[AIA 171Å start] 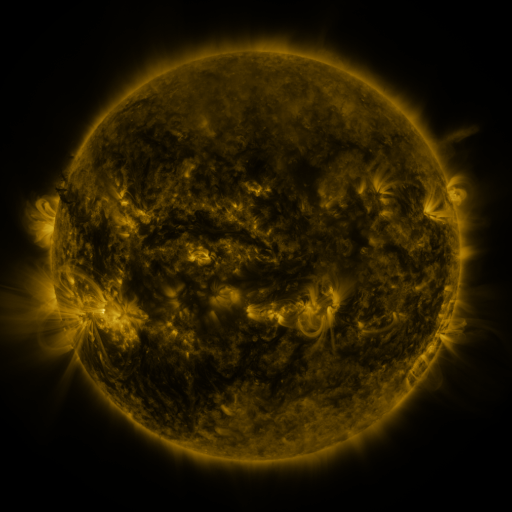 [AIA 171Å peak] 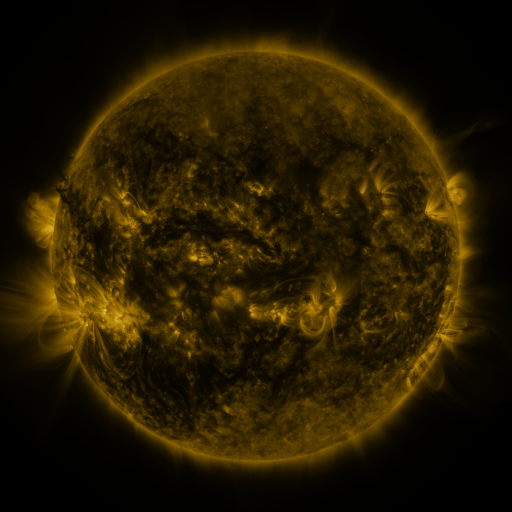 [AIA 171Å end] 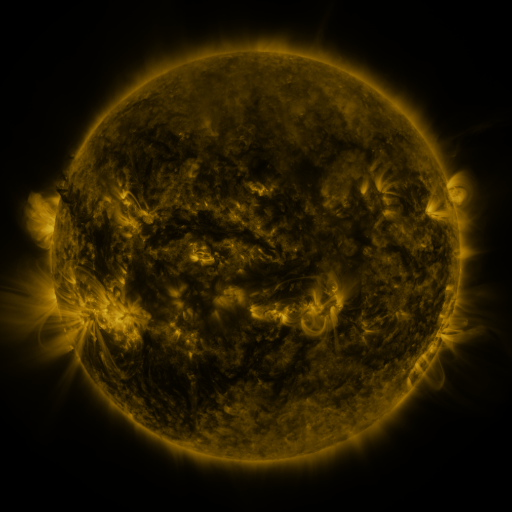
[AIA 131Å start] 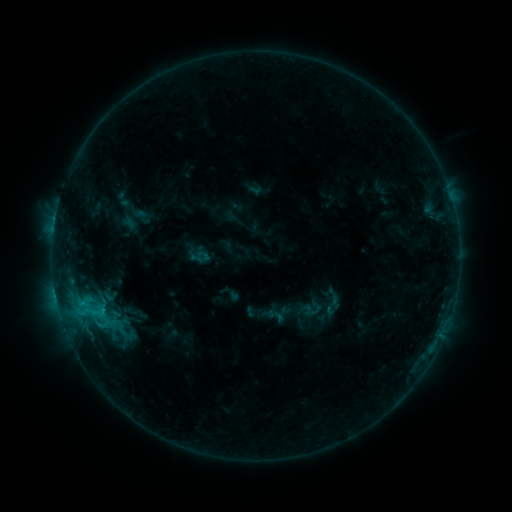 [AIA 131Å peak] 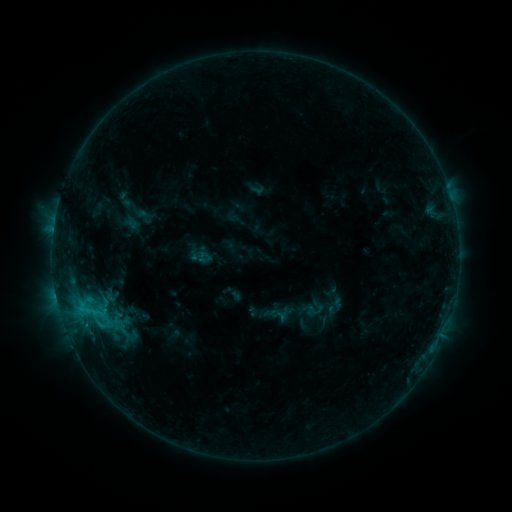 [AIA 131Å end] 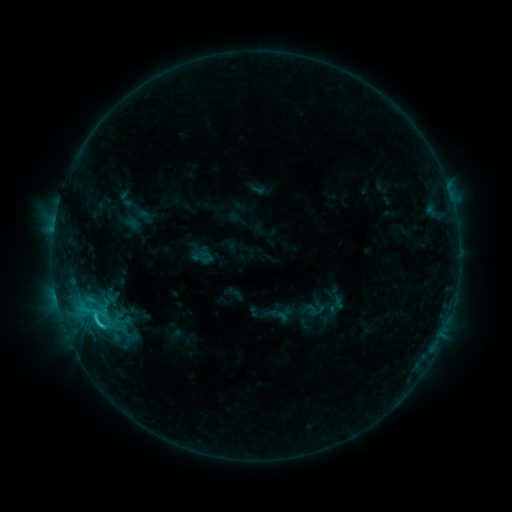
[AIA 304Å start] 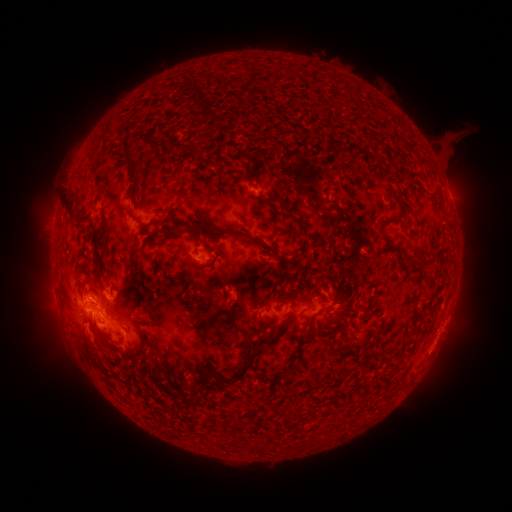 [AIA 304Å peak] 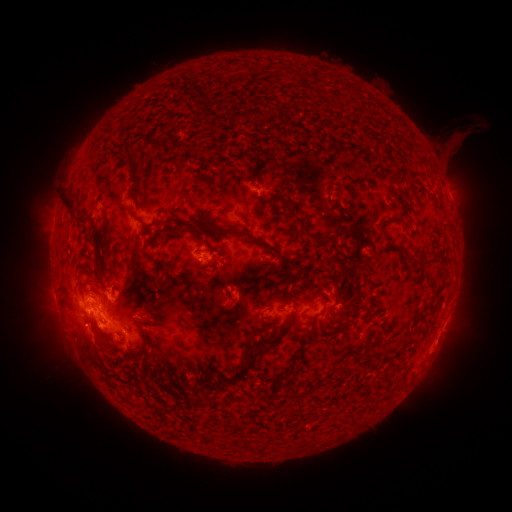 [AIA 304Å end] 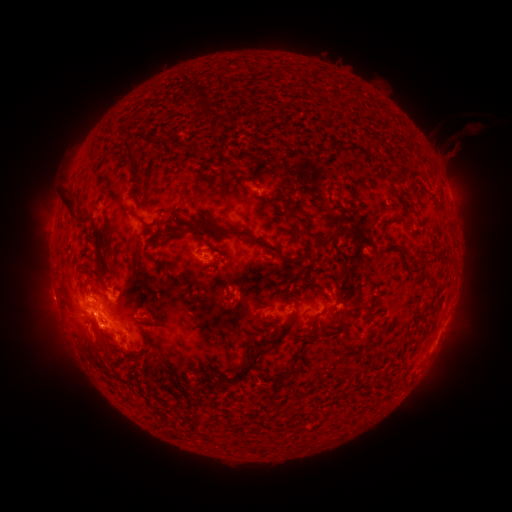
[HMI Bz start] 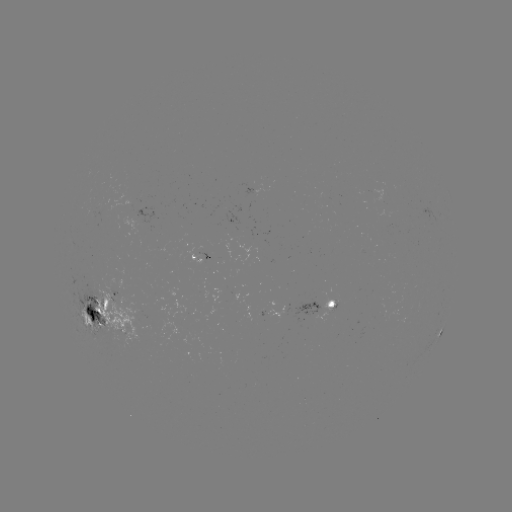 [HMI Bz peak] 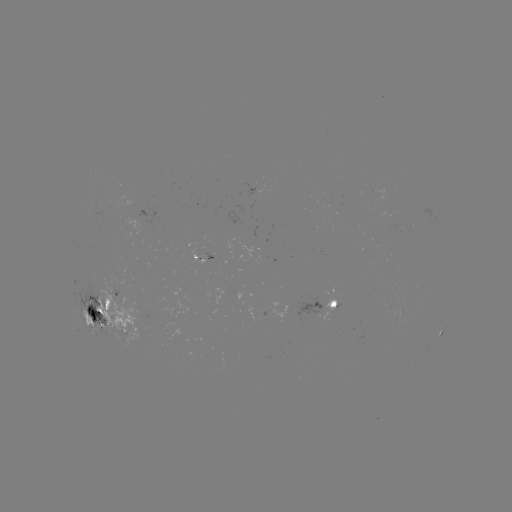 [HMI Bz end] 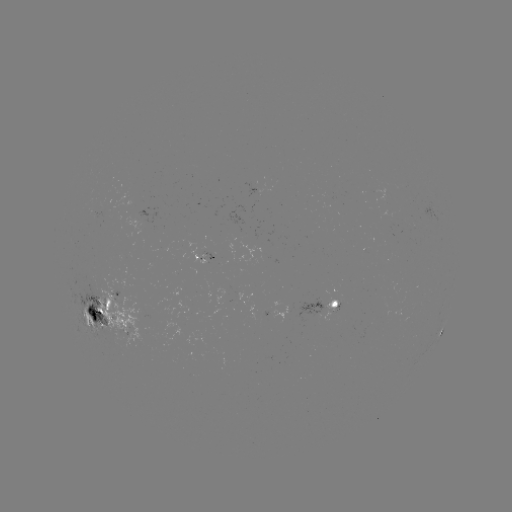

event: emerging-flux region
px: (116, 302)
